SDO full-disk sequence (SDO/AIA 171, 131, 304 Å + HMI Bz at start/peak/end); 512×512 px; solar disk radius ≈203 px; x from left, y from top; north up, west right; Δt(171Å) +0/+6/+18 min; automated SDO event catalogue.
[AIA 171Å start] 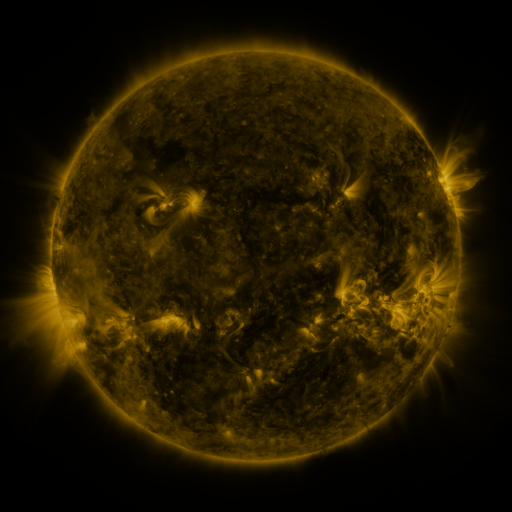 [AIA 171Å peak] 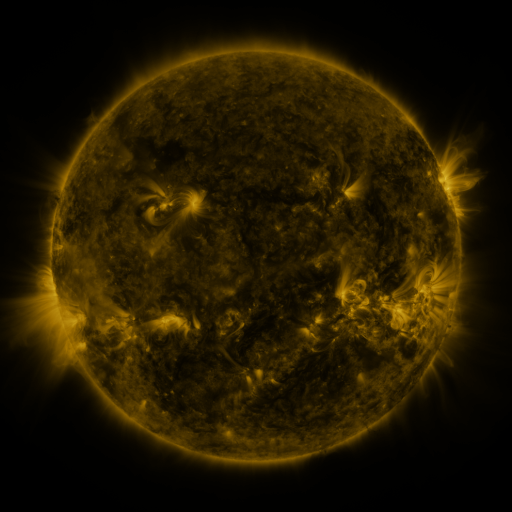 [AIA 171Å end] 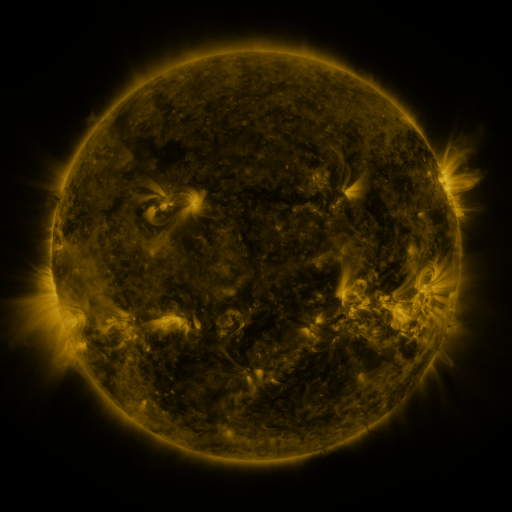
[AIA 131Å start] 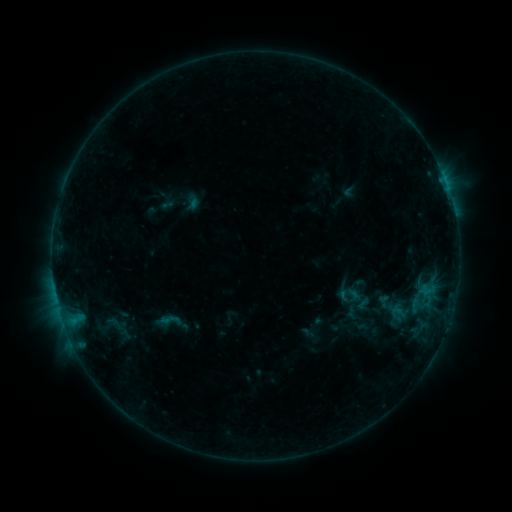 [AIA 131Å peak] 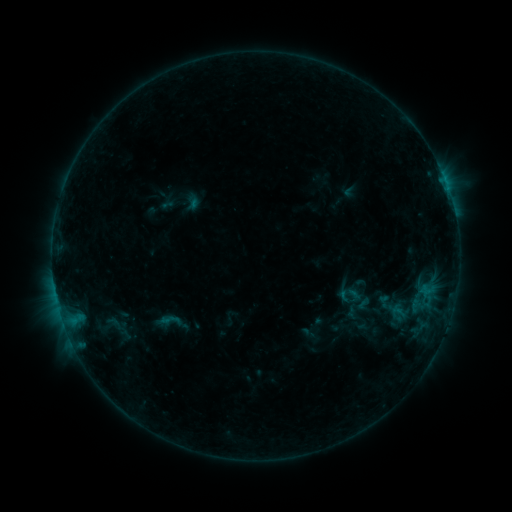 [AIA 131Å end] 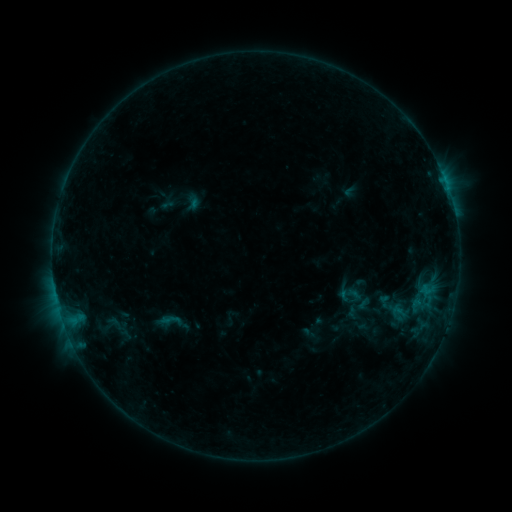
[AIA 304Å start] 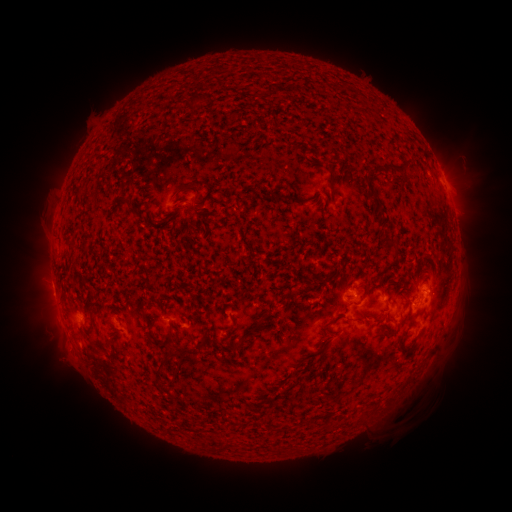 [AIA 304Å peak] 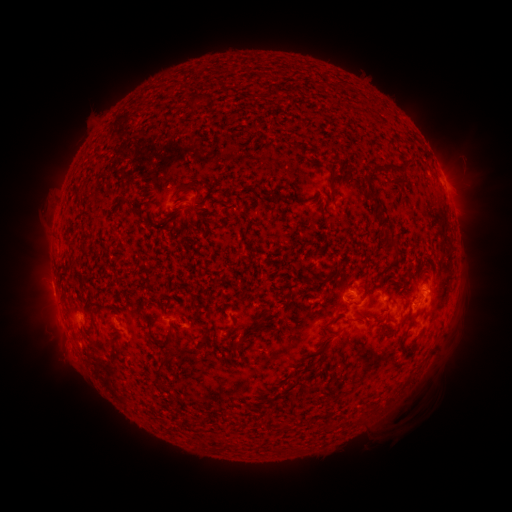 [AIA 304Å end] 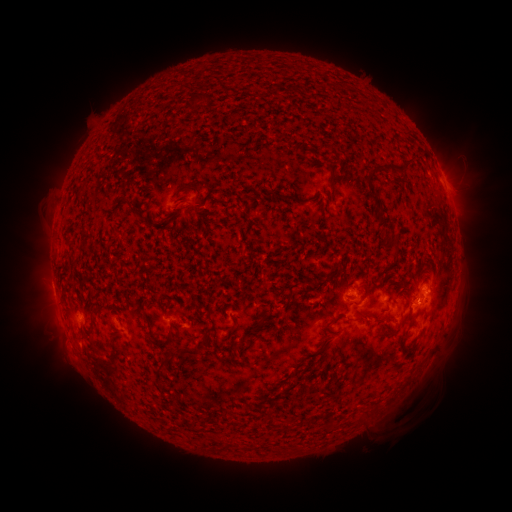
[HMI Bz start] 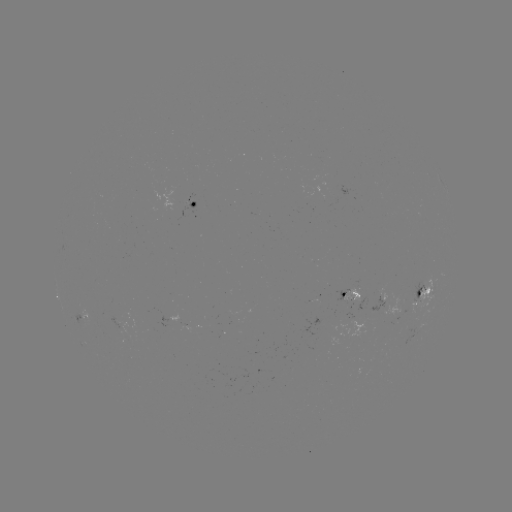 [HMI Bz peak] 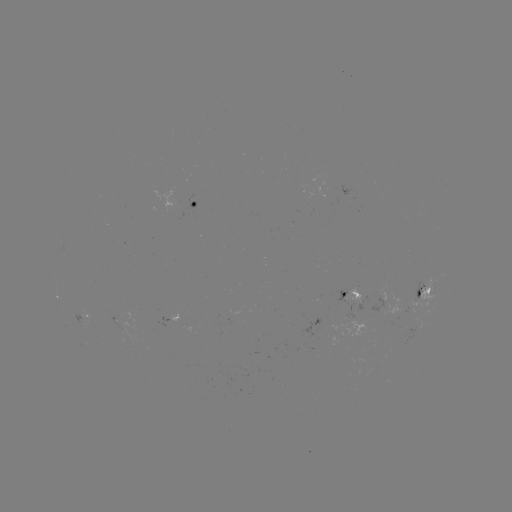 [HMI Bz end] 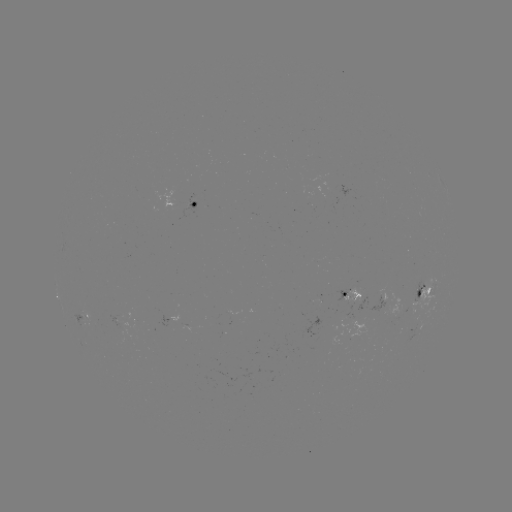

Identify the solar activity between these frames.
nothing was catalogued: no classed flare, no EUV trigger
